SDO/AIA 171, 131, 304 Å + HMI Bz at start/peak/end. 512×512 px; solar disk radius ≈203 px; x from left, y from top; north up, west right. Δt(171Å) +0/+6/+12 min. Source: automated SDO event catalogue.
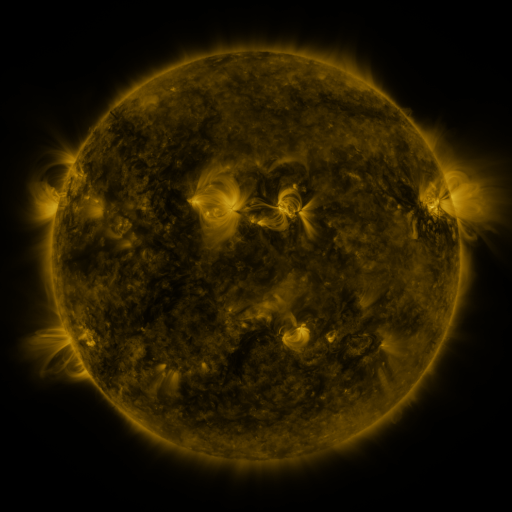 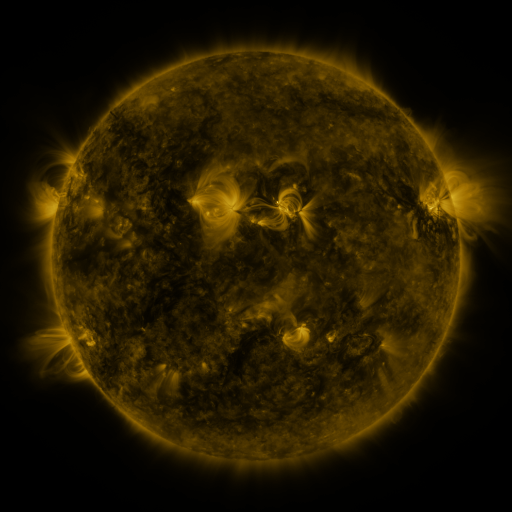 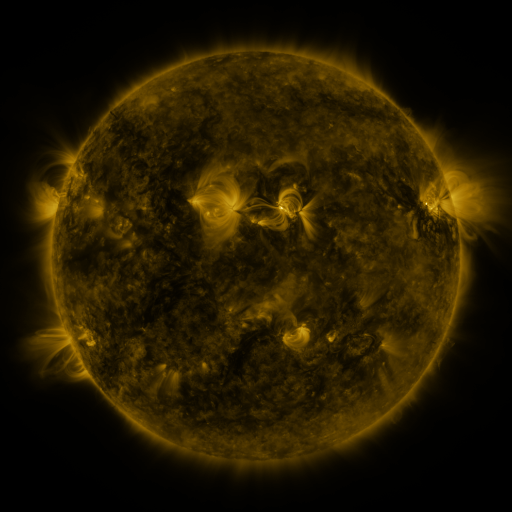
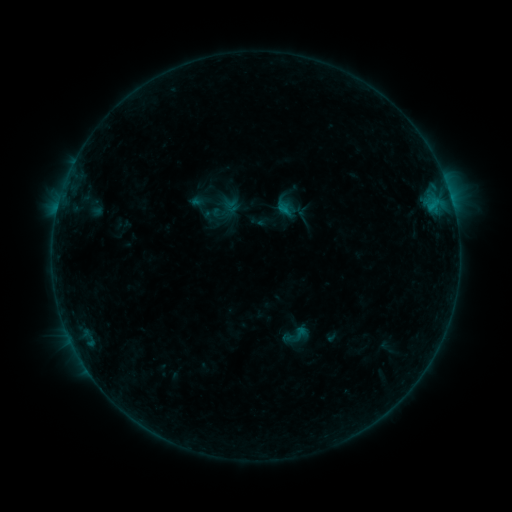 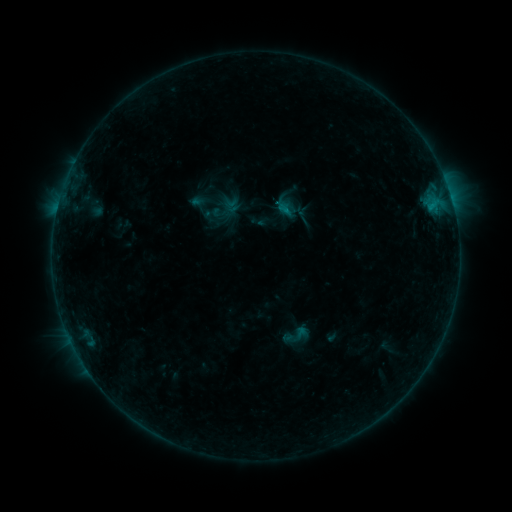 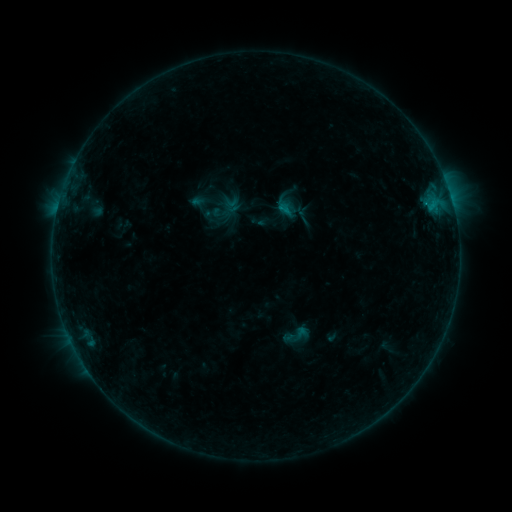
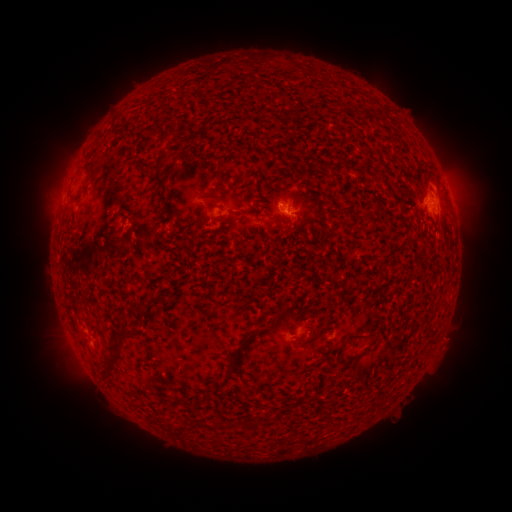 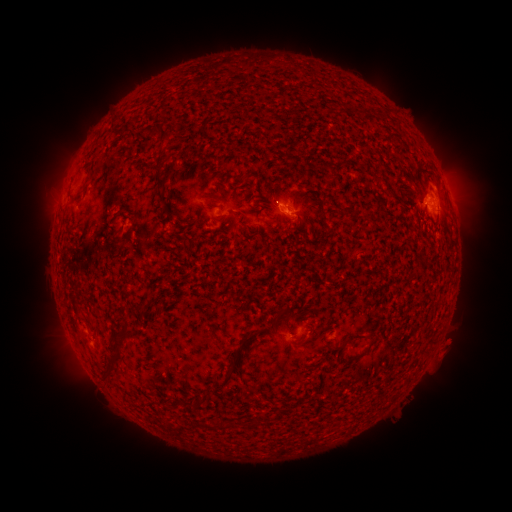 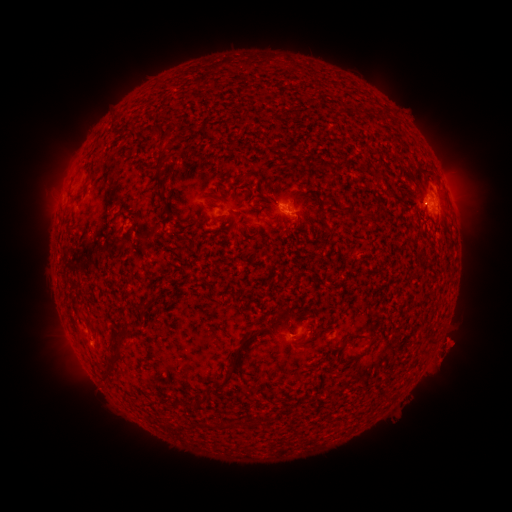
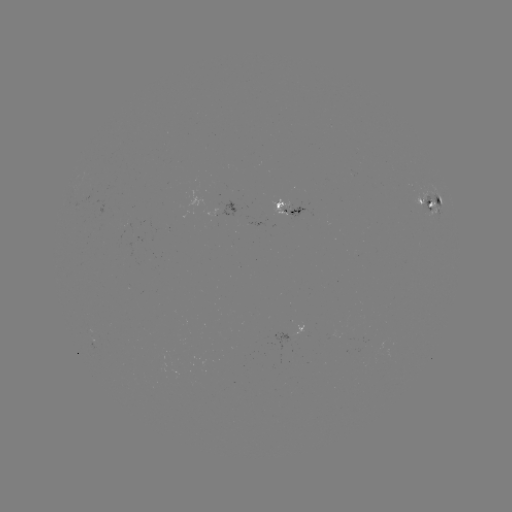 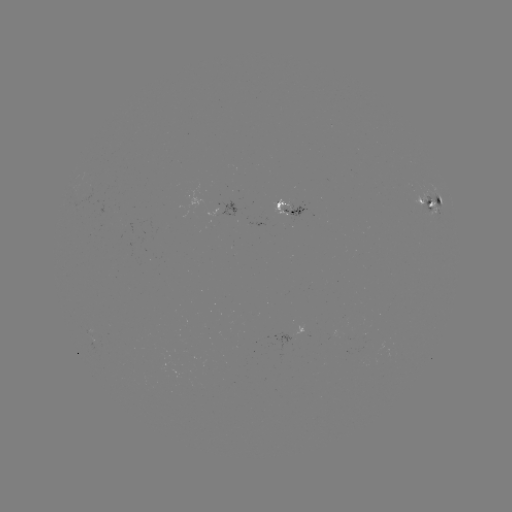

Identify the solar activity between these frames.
eruption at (450, 344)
